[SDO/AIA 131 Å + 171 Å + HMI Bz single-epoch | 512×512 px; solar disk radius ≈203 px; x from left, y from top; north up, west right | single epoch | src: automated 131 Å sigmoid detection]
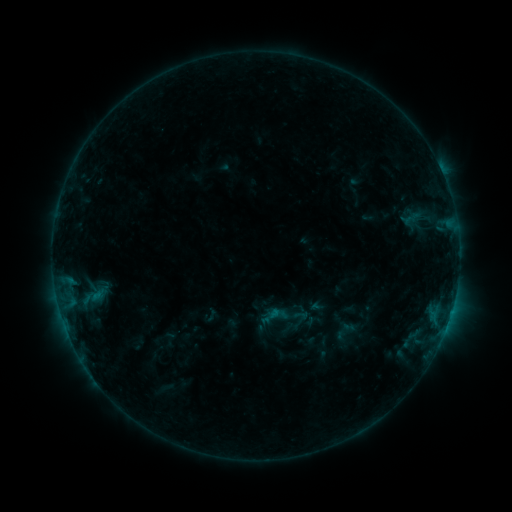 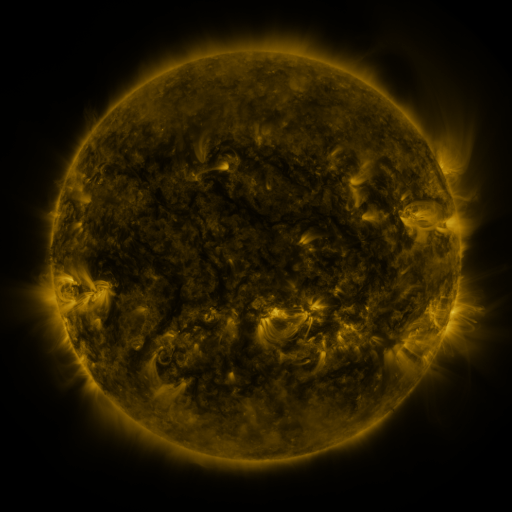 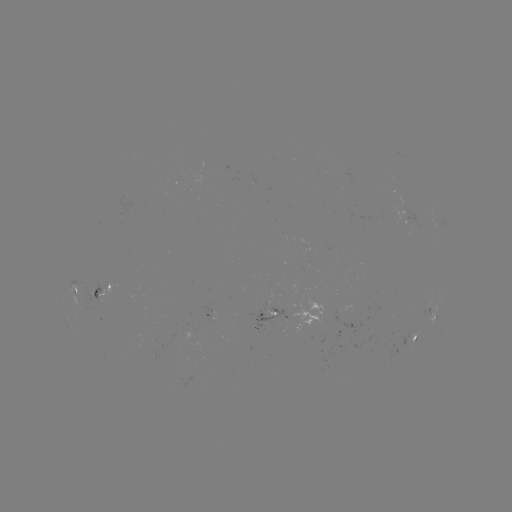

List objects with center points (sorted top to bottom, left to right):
sigmoid: <bbox>258, 301, 289, 332</bbox>
